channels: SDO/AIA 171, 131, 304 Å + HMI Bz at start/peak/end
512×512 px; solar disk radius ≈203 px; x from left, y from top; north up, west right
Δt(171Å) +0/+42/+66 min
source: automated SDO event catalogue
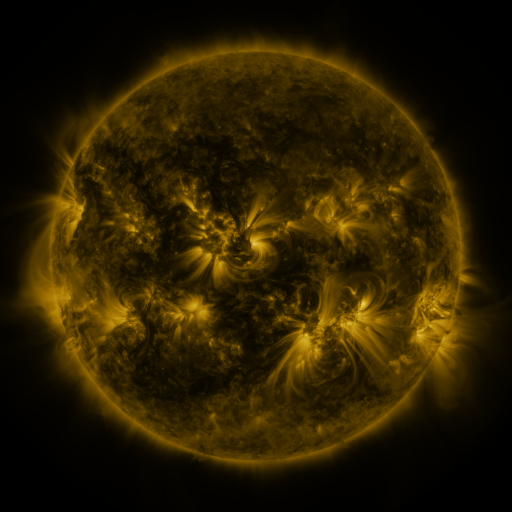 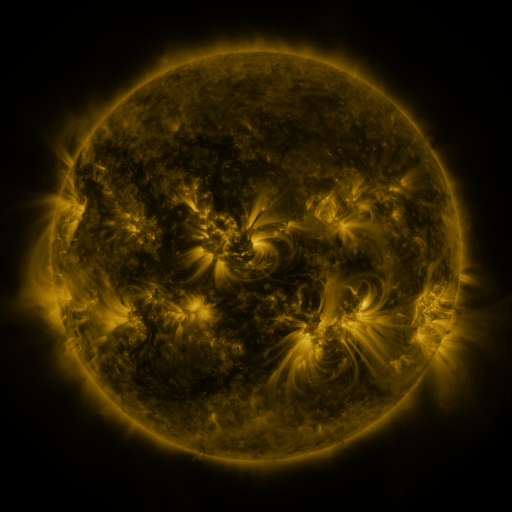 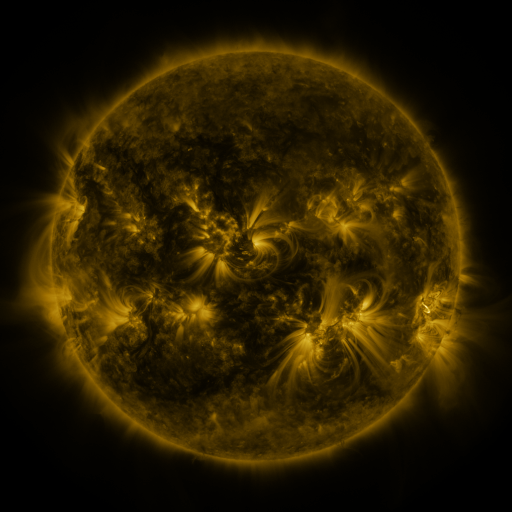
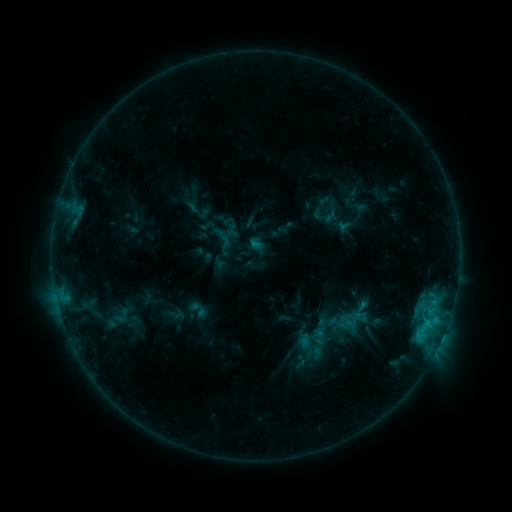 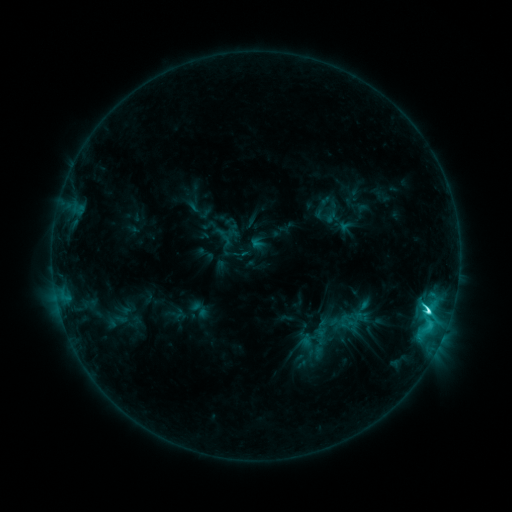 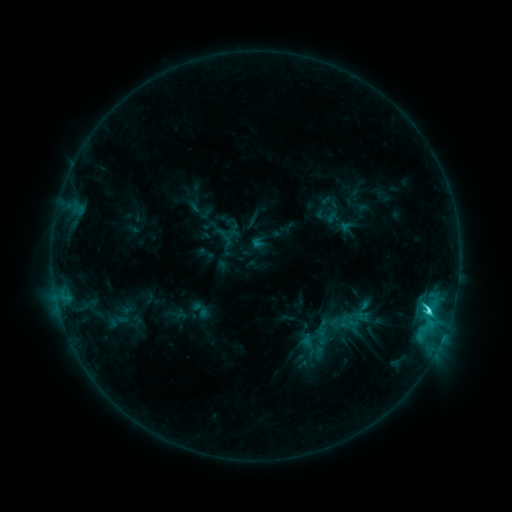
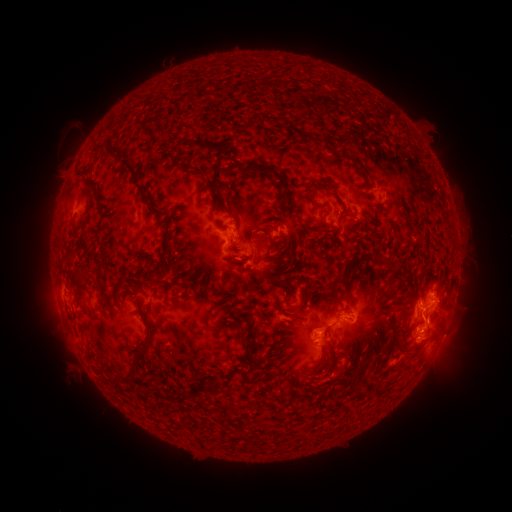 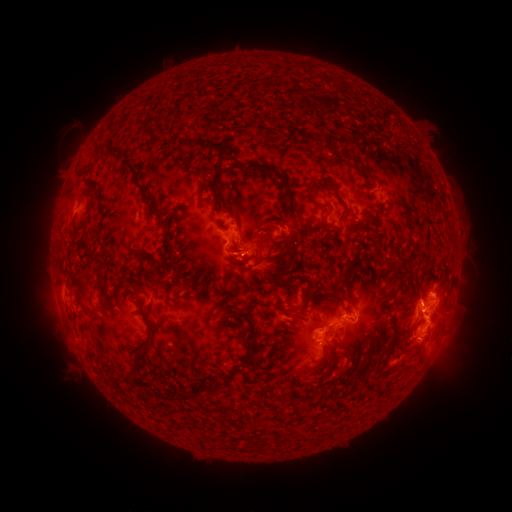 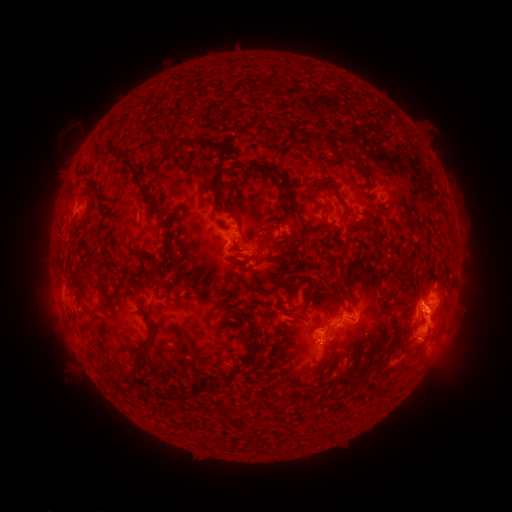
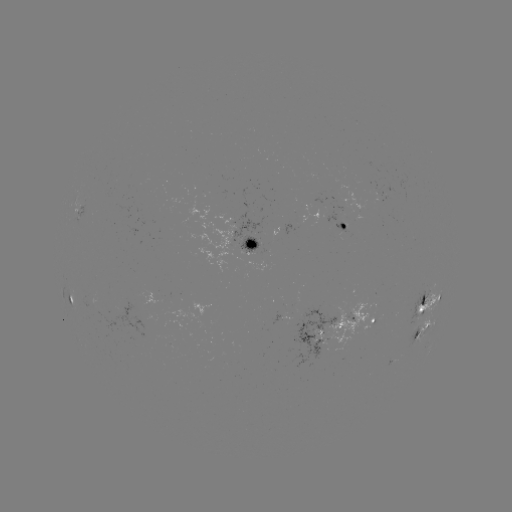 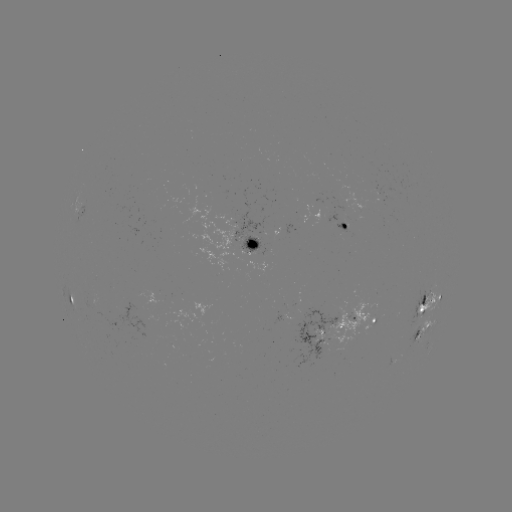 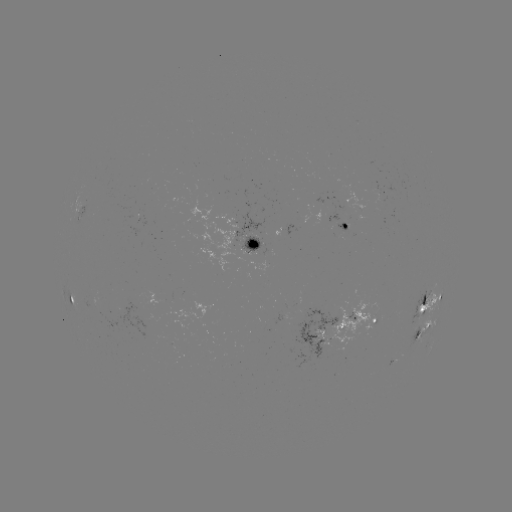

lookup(C7.0 flare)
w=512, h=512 428,309